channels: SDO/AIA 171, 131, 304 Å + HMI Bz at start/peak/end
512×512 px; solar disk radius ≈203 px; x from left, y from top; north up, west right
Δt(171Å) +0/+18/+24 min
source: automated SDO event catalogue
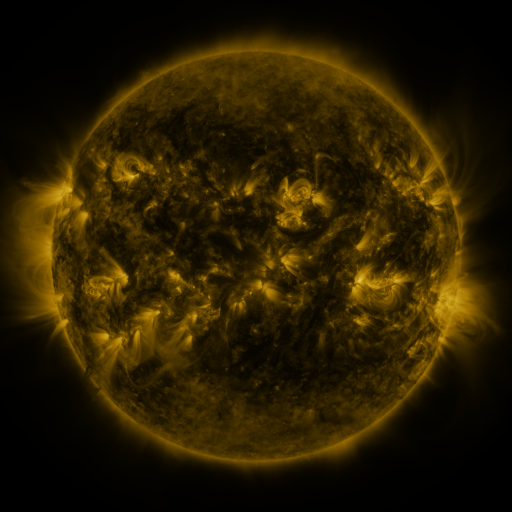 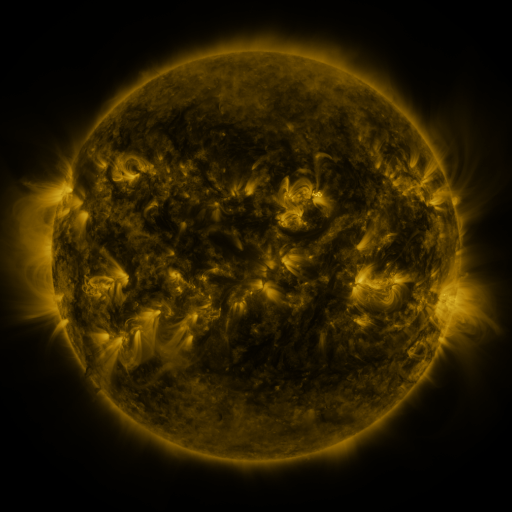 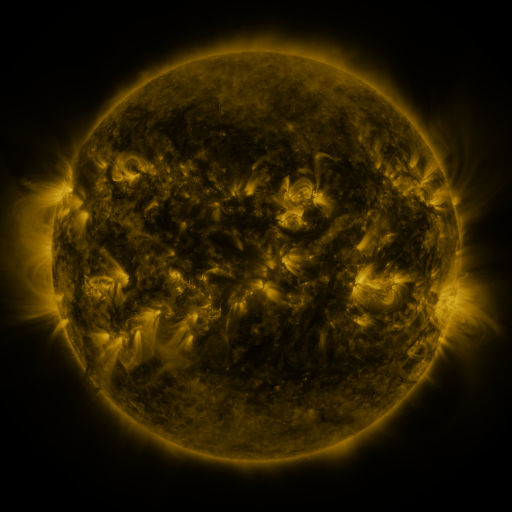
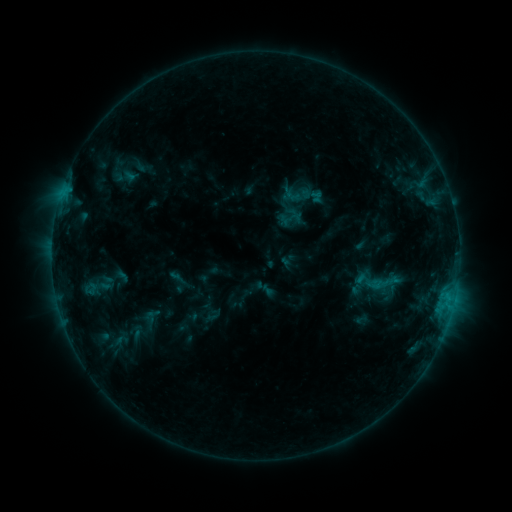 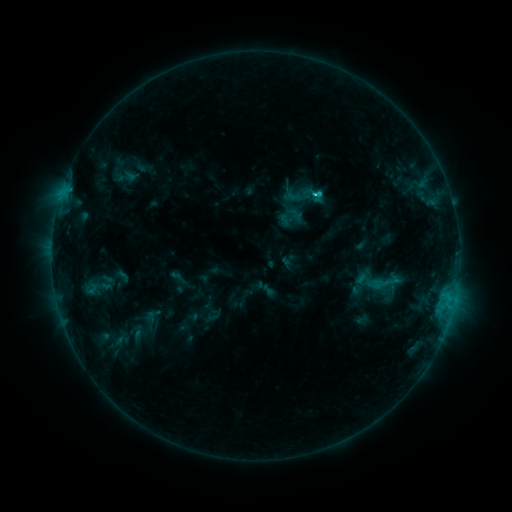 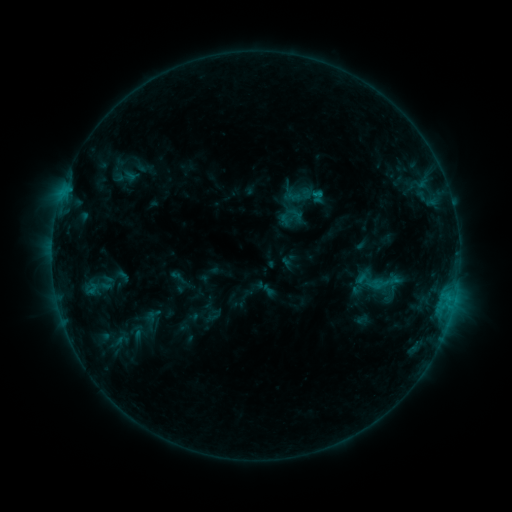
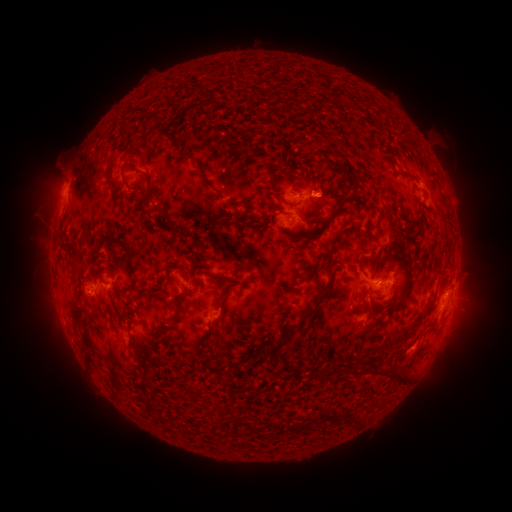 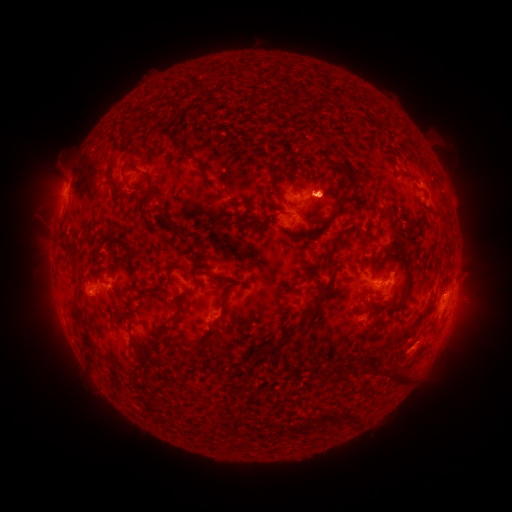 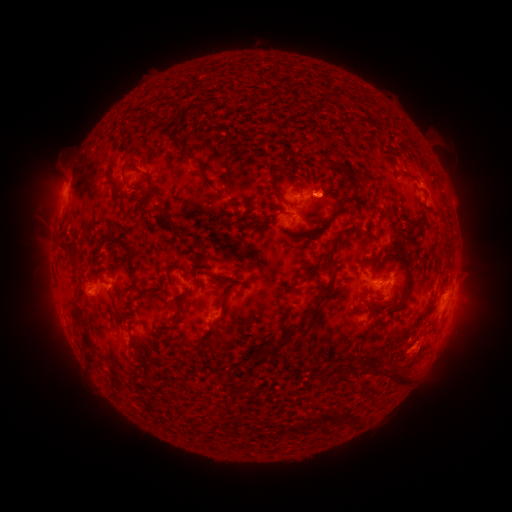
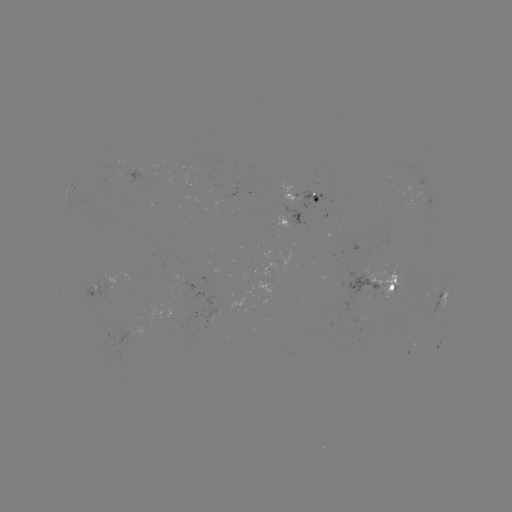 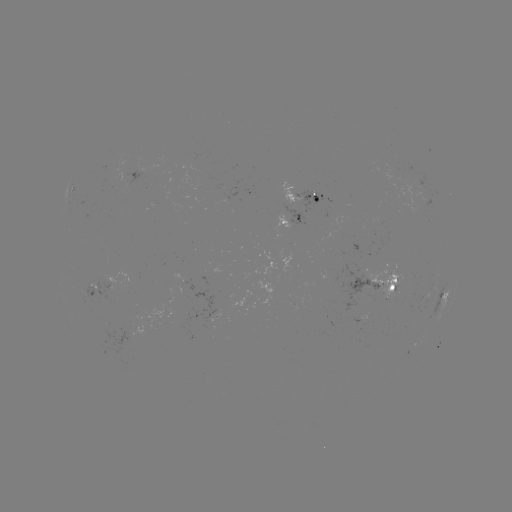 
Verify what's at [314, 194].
C1.1 flare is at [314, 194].